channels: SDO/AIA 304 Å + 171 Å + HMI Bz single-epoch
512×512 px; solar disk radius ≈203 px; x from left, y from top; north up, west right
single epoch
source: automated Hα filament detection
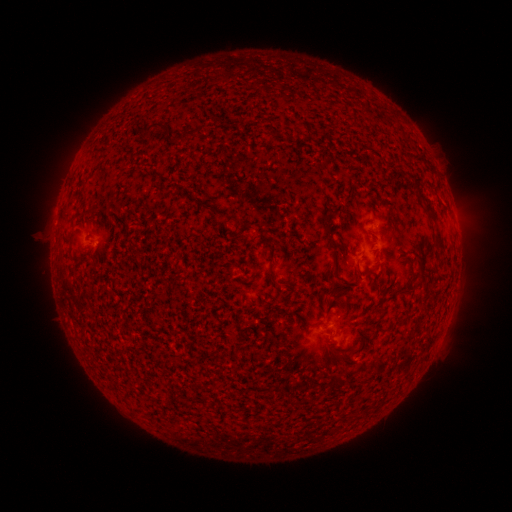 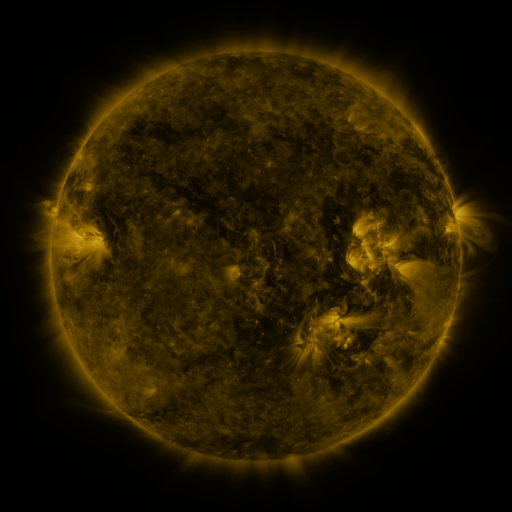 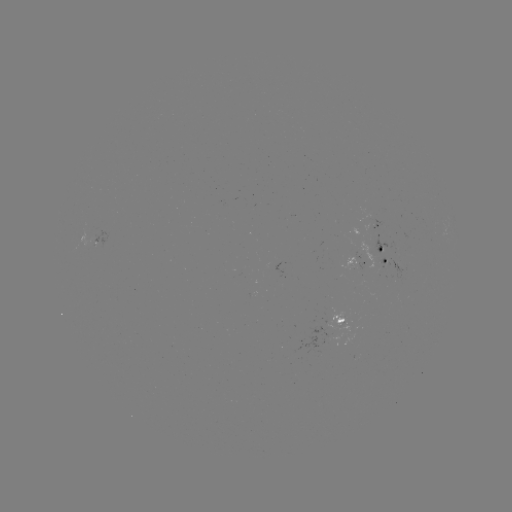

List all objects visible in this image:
filament: (141, 121, 169, 138)
filament: (412, 180, 446, 251)
filament: (210, 208, 241, 224)
filament: (325, 225, 337, 248)
filament: (405, 262, 417, 291)
filament: (374, 268, 384, 284)
filament: (268, 270, 281, 287)
filament: (326, 285, 346, 295)
filament: (327, 344, 341, 361)
filament: (338, 350, 354, 367)
